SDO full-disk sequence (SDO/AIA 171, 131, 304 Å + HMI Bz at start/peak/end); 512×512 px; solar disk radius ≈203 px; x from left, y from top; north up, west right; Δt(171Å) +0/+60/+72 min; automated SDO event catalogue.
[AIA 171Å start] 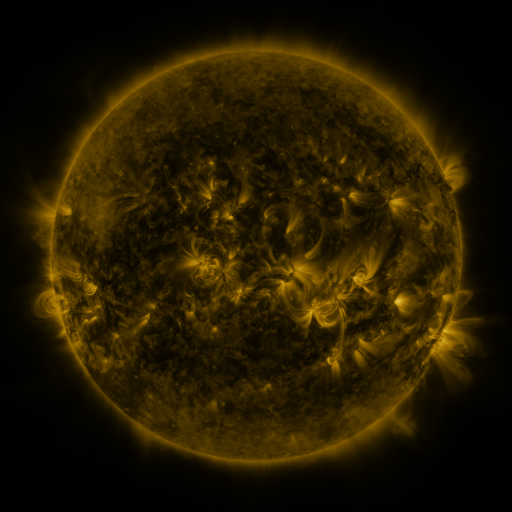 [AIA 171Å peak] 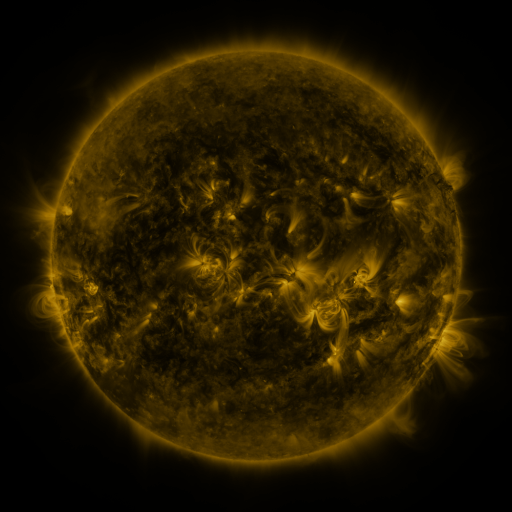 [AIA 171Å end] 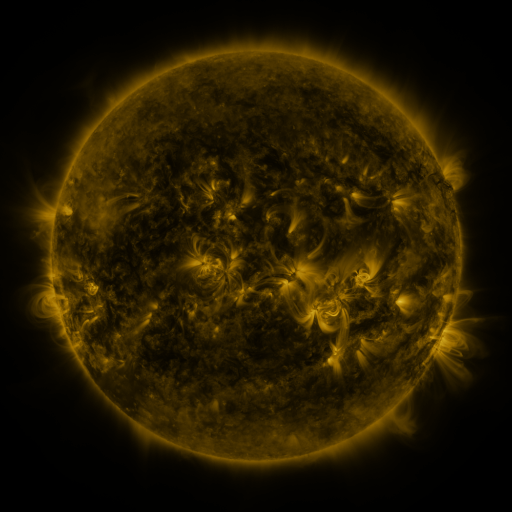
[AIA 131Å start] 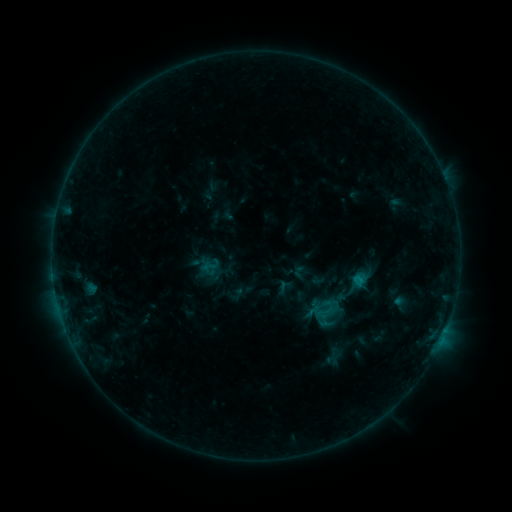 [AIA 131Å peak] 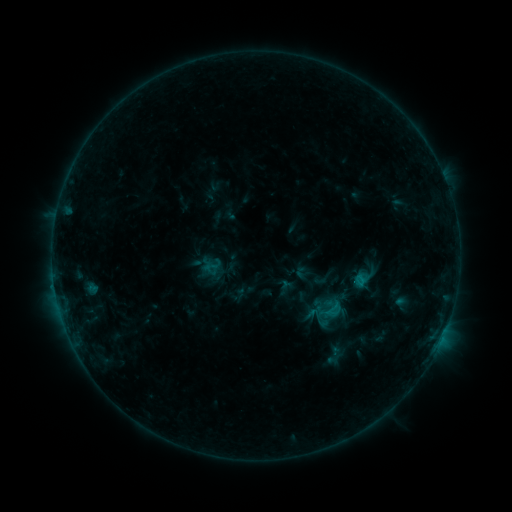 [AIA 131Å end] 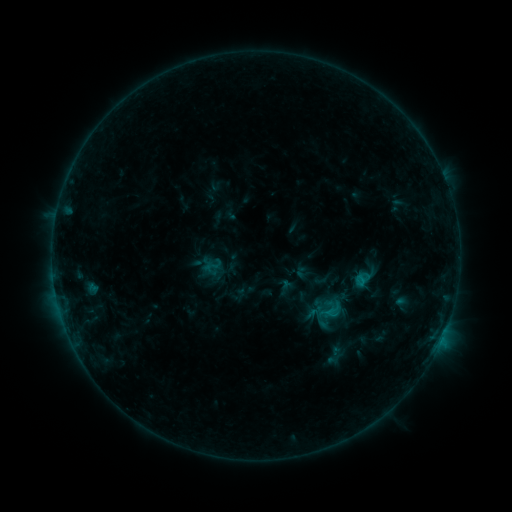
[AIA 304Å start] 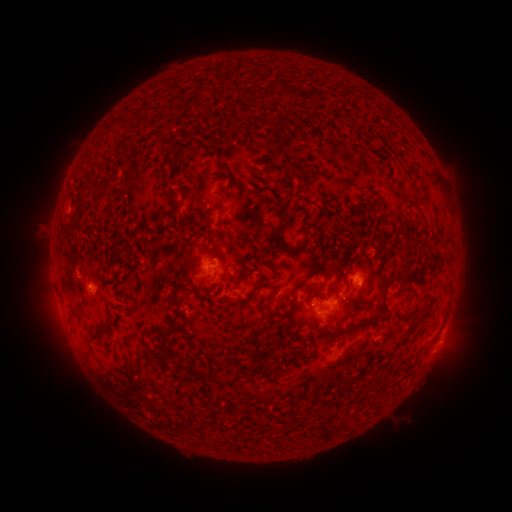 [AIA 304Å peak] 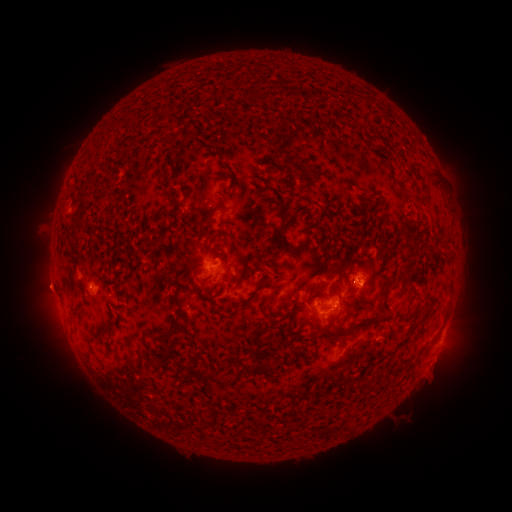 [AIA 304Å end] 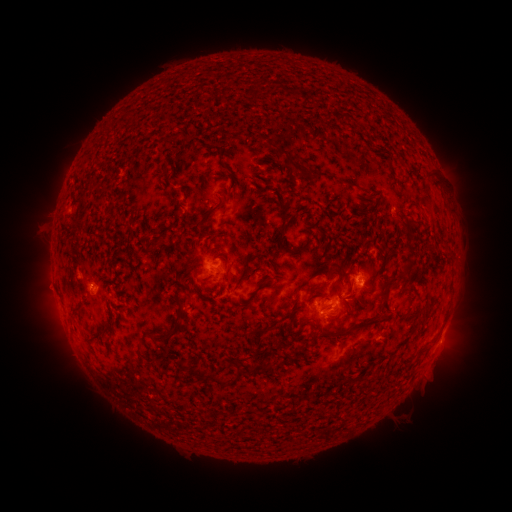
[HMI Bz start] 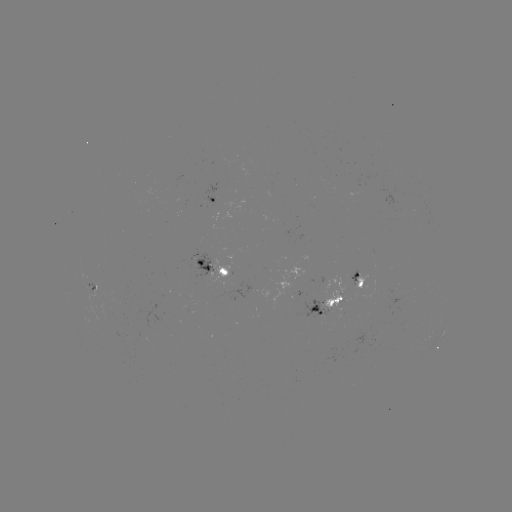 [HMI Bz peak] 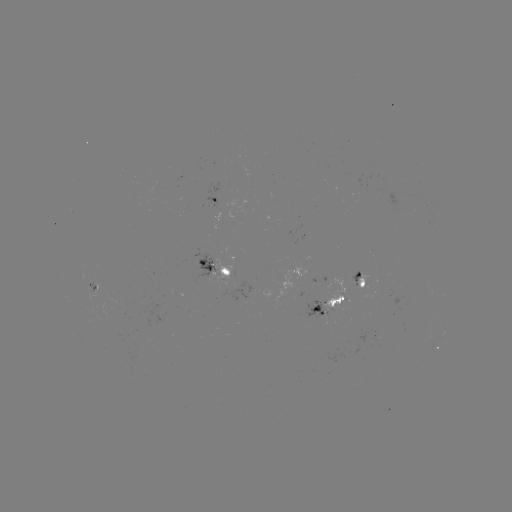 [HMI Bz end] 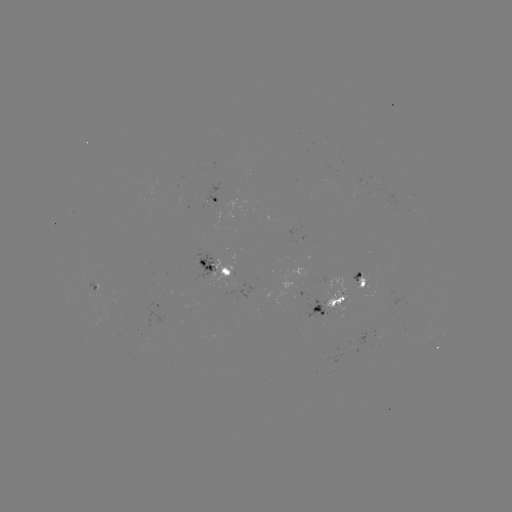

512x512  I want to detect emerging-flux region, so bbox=[351, 269, 359, 284].